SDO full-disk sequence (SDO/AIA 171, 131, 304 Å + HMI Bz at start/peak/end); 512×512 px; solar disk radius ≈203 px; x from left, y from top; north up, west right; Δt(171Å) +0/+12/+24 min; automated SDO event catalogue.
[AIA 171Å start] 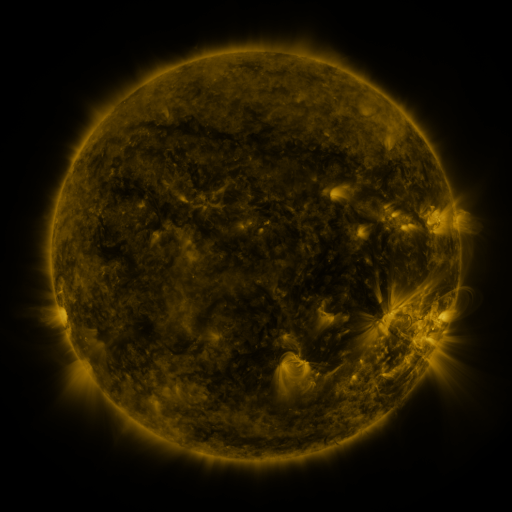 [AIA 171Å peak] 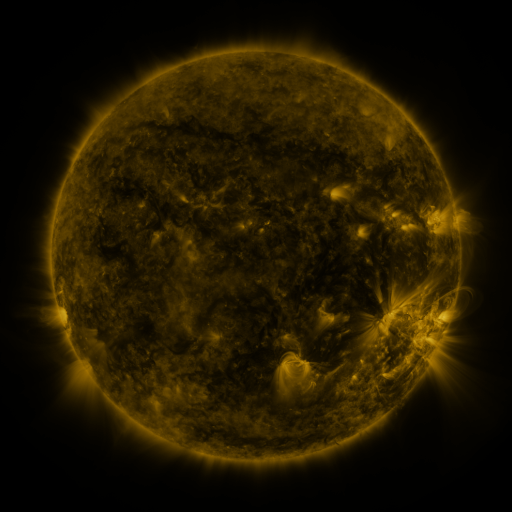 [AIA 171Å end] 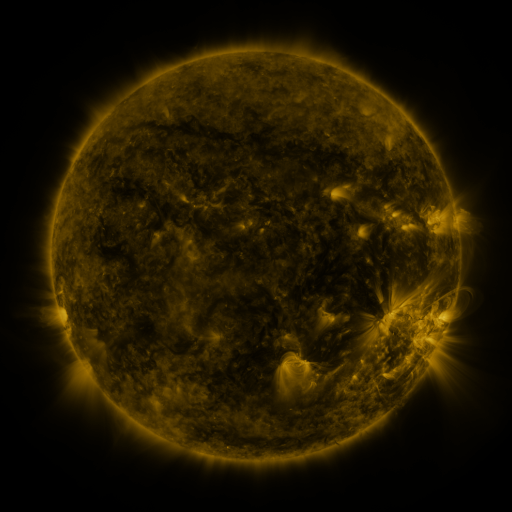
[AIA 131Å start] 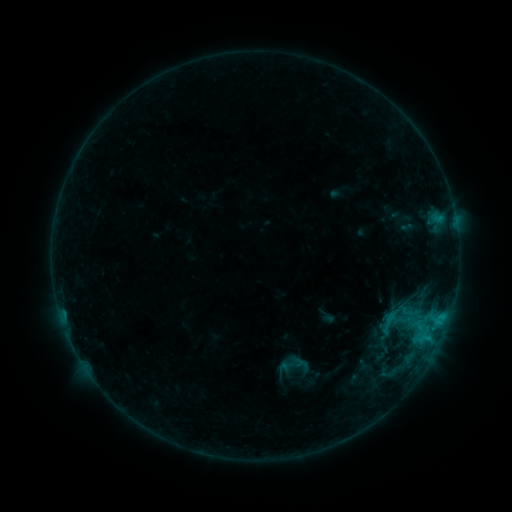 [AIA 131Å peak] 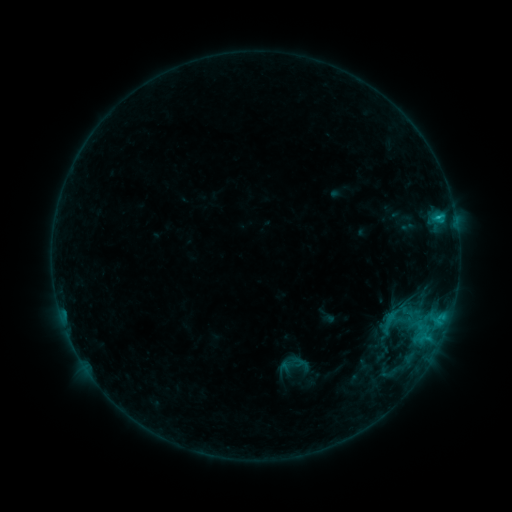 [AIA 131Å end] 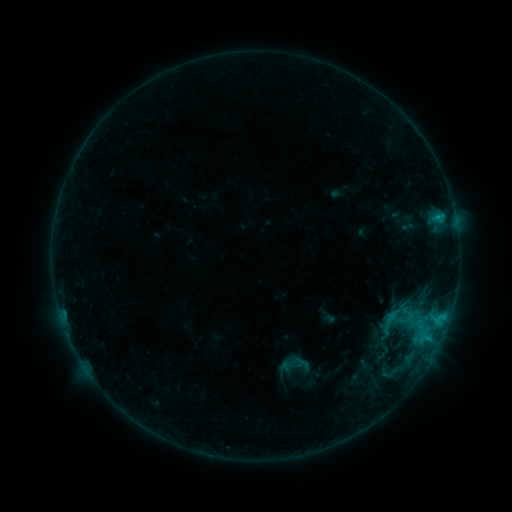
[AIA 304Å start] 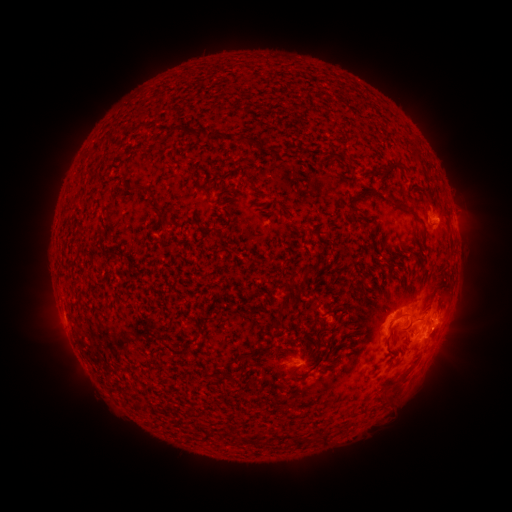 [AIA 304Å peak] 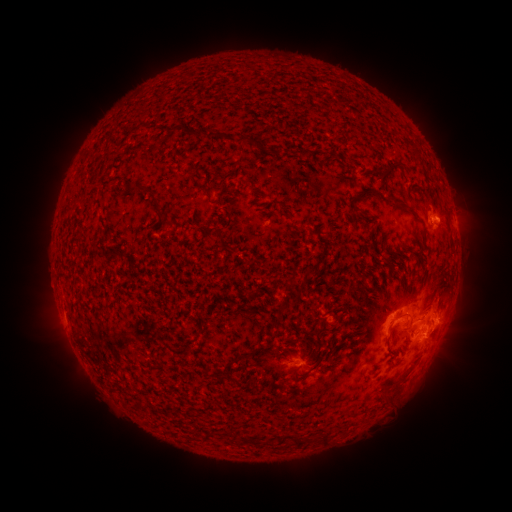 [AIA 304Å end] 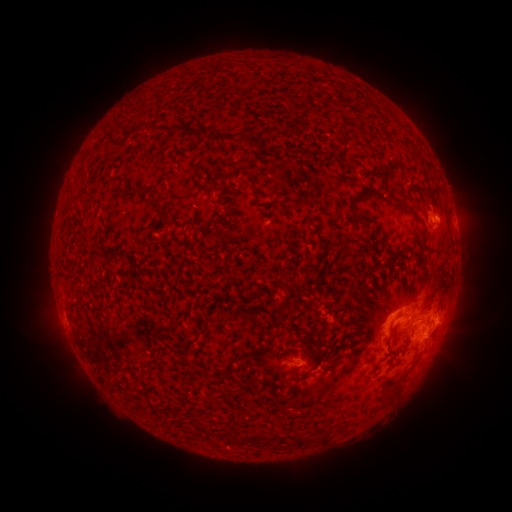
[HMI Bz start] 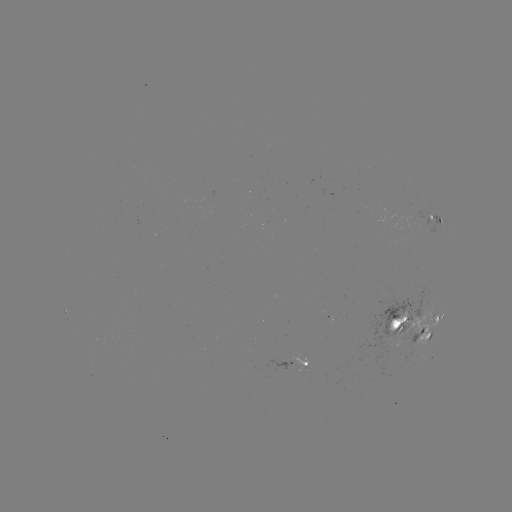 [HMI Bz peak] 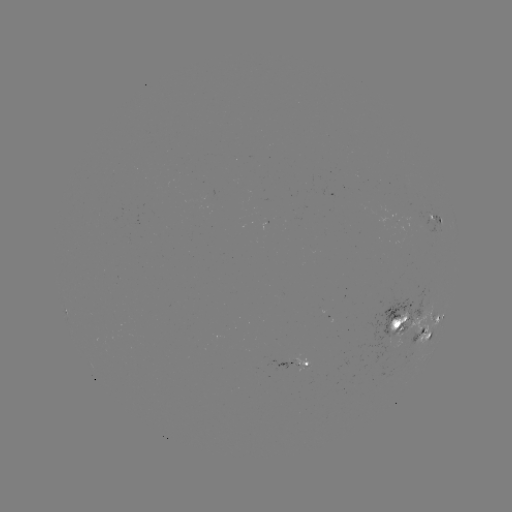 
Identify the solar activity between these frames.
C1.3 flare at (437, 220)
